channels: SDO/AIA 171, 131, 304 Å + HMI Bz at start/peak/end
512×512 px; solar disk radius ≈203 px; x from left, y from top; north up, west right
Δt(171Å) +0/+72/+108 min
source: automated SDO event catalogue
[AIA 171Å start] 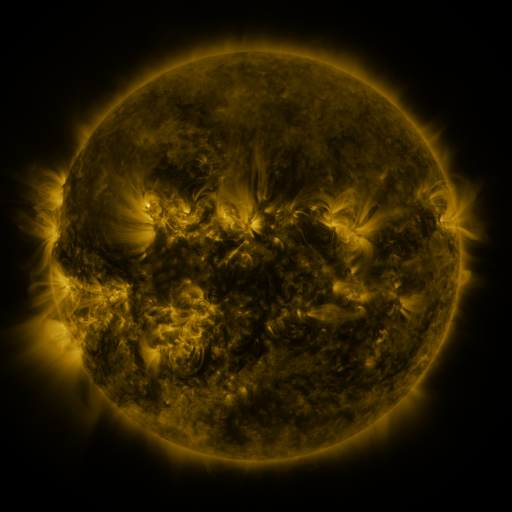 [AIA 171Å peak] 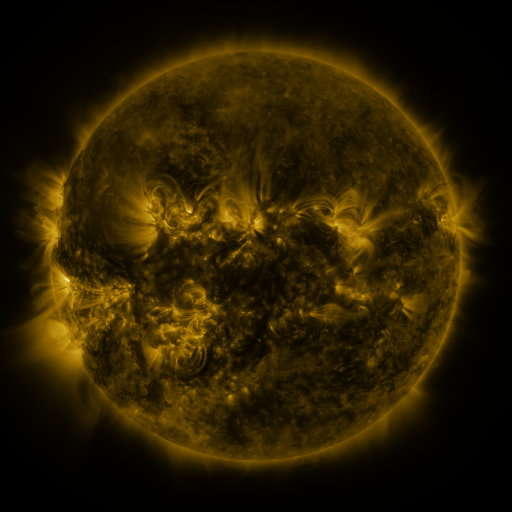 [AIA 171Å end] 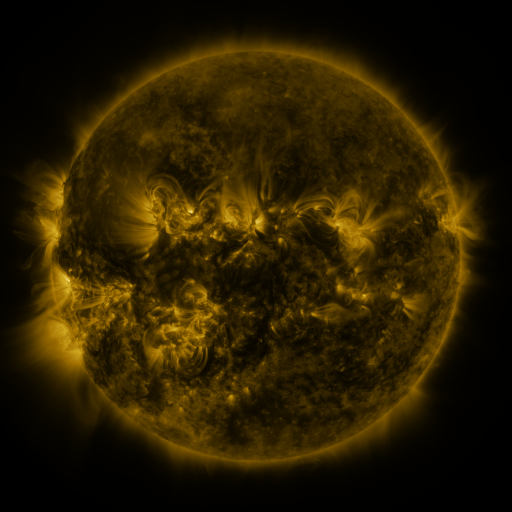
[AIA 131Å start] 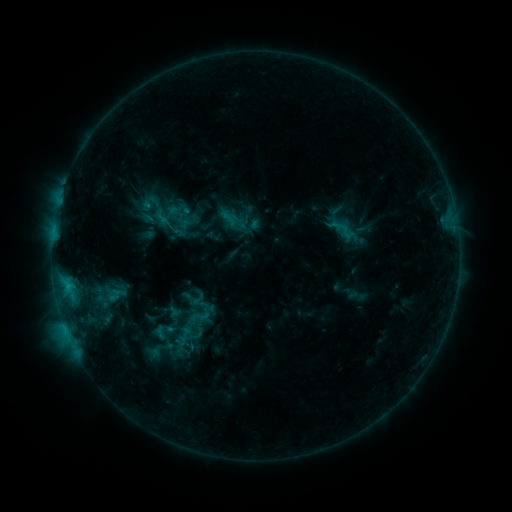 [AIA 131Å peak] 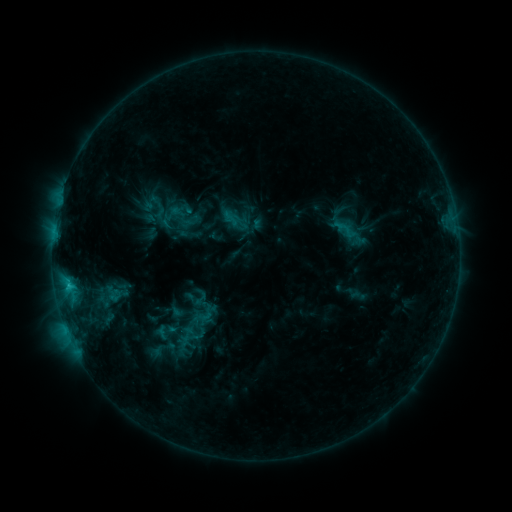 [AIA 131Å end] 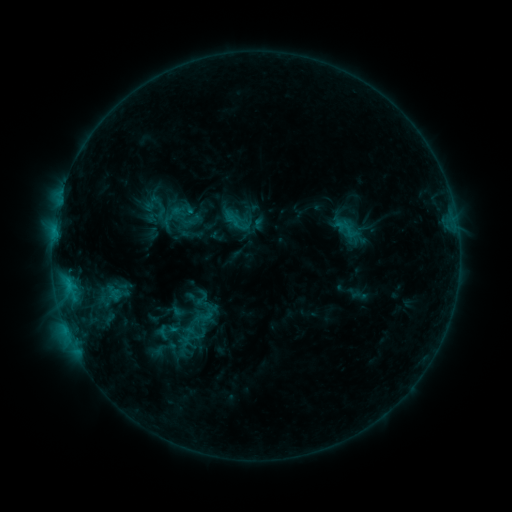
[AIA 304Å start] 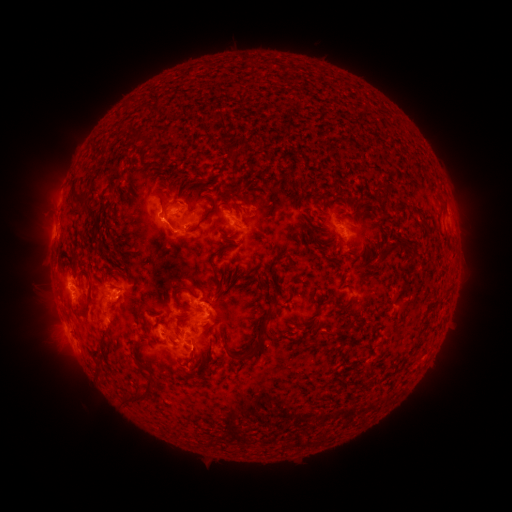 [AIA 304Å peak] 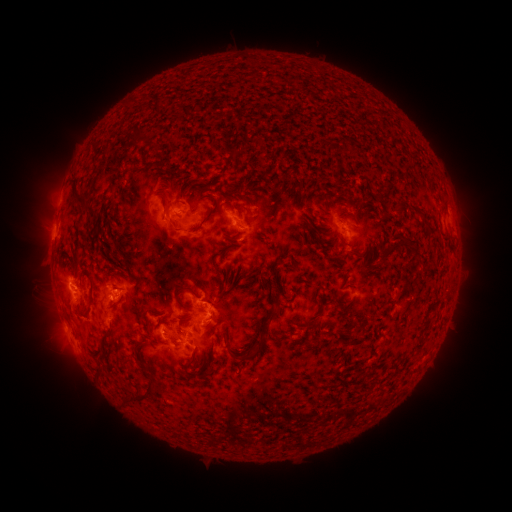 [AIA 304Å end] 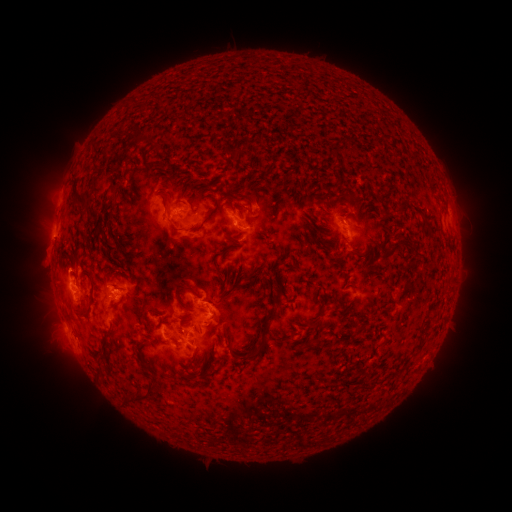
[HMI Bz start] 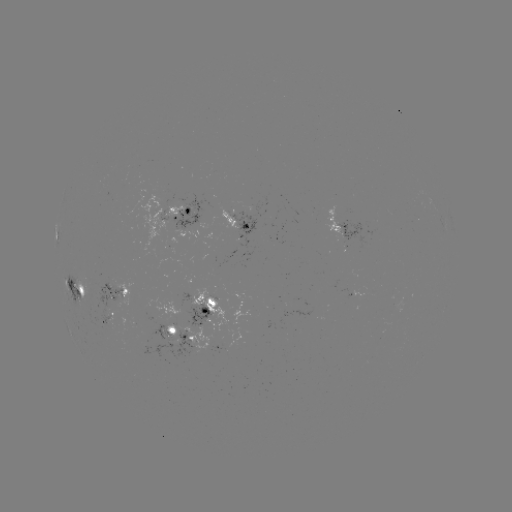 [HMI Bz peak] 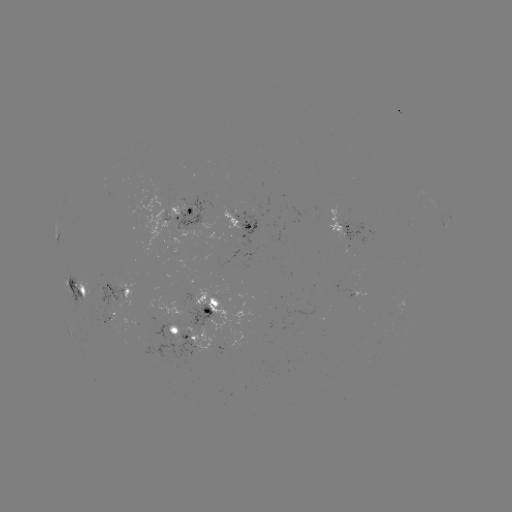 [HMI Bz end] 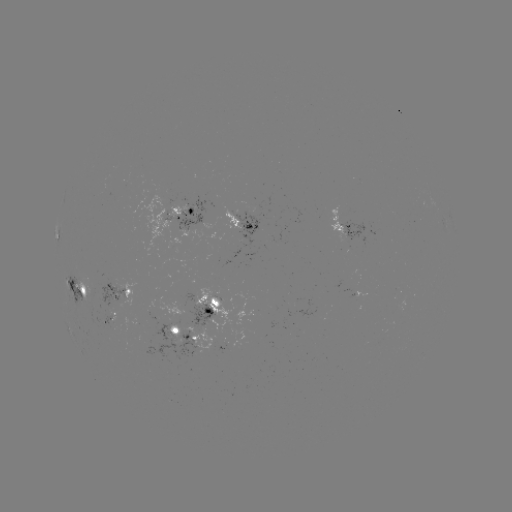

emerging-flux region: [112, 313, 198, 360]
